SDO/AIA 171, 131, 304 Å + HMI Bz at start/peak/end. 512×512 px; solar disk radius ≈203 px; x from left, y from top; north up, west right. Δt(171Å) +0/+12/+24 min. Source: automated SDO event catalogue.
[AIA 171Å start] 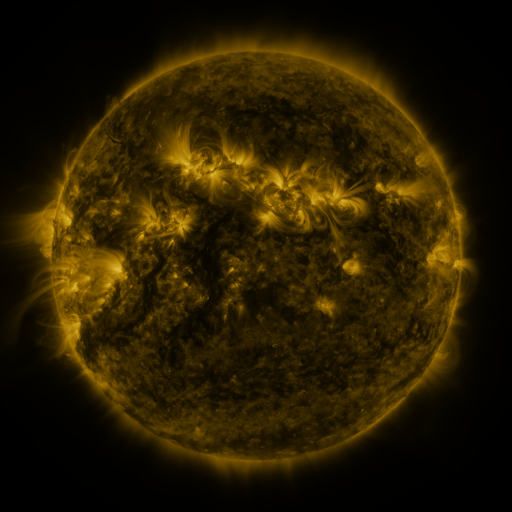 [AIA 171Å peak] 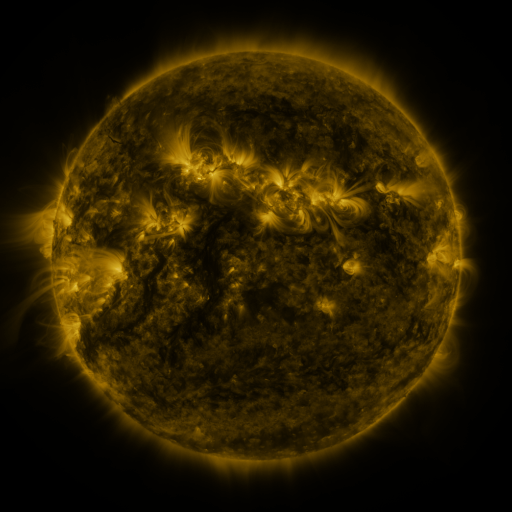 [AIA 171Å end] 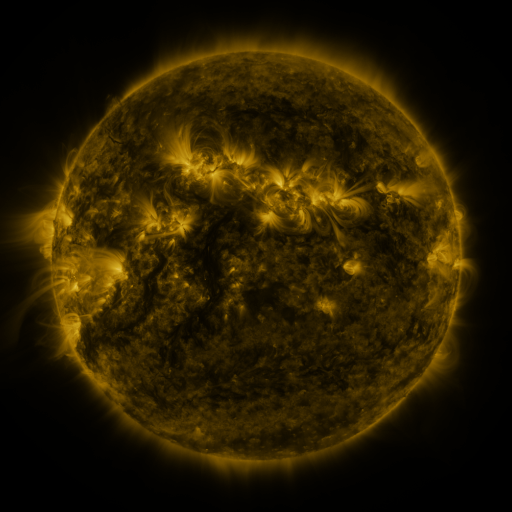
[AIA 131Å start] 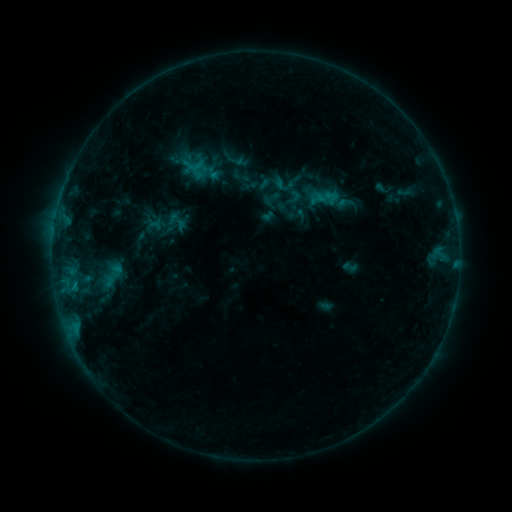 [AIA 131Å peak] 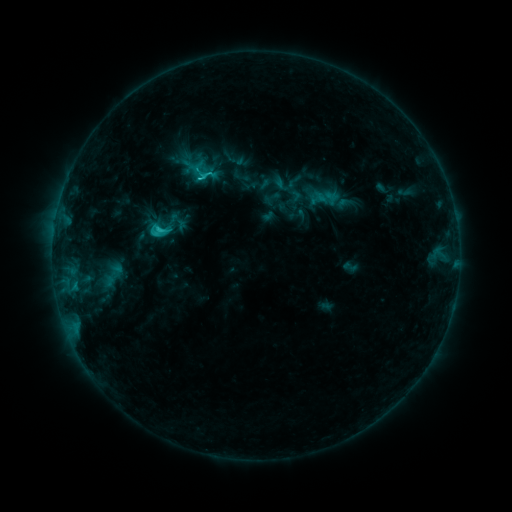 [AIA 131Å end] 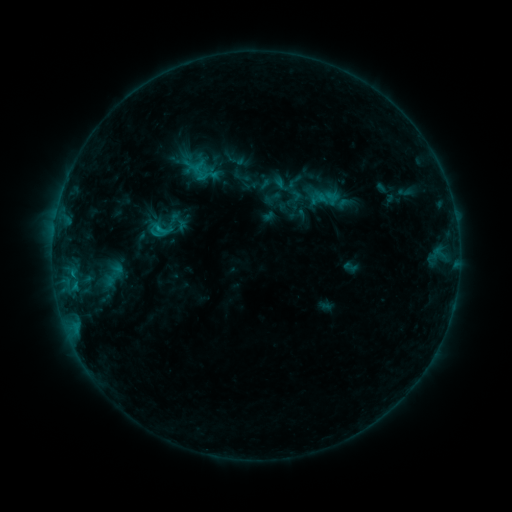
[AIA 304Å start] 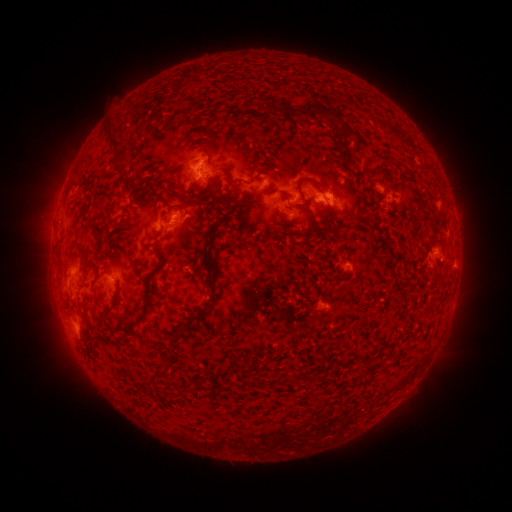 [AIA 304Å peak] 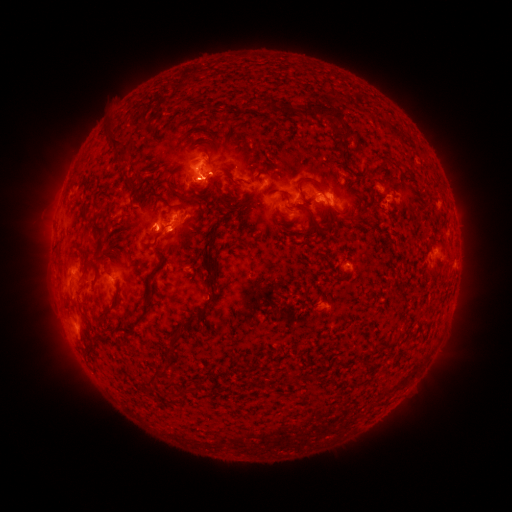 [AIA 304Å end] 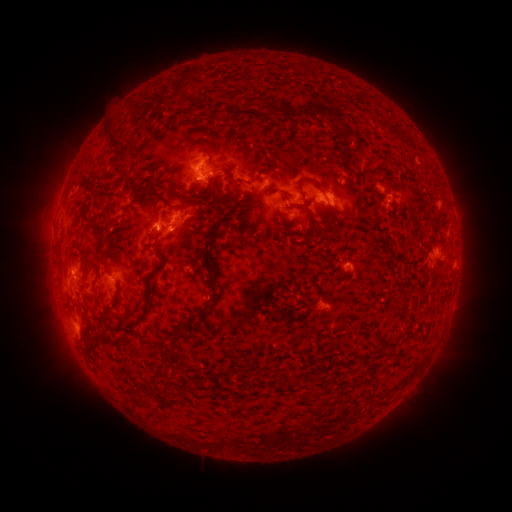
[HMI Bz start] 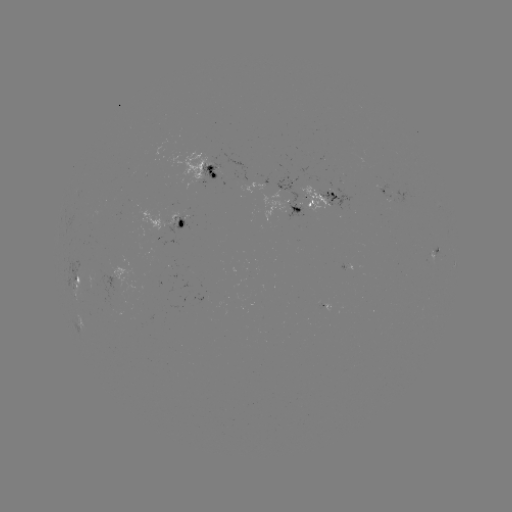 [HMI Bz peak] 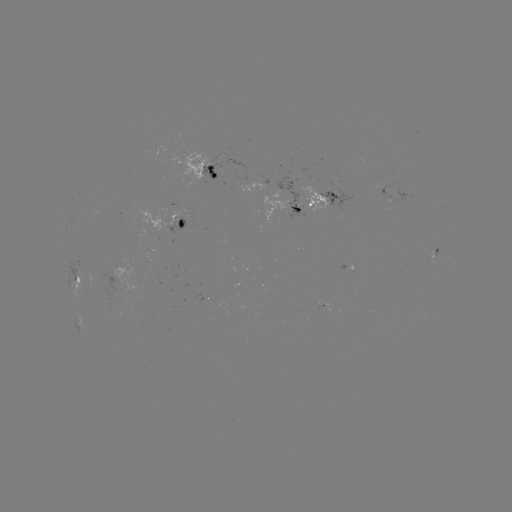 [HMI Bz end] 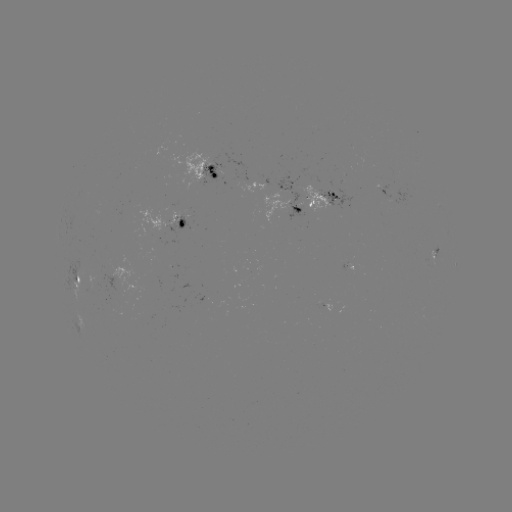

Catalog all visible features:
C2.3 flare: (160, 232)
